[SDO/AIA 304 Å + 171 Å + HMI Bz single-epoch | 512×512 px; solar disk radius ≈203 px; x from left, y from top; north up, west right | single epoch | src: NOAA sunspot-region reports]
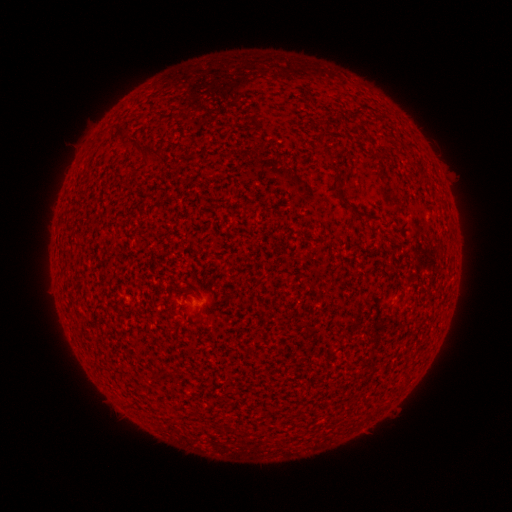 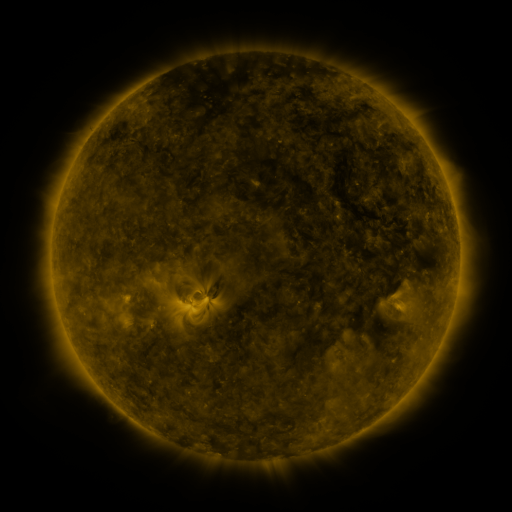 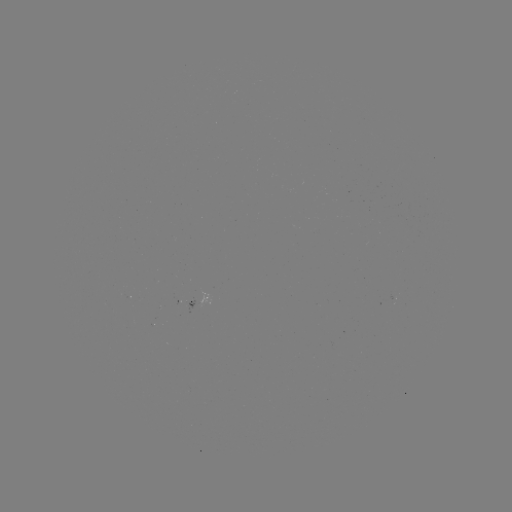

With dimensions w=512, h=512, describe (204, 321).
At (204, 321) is spotted active region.